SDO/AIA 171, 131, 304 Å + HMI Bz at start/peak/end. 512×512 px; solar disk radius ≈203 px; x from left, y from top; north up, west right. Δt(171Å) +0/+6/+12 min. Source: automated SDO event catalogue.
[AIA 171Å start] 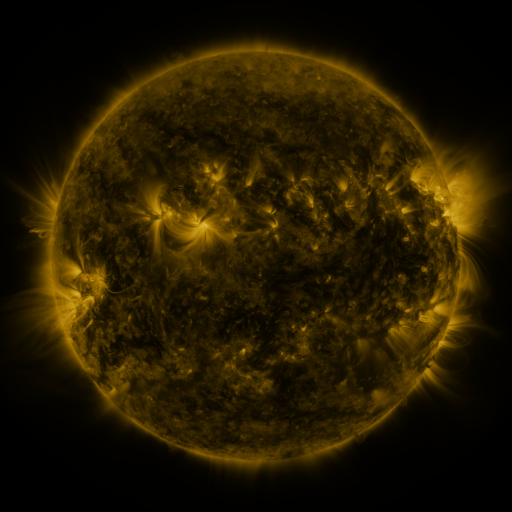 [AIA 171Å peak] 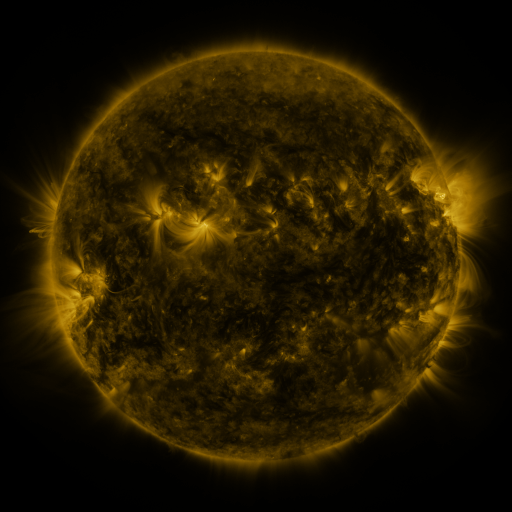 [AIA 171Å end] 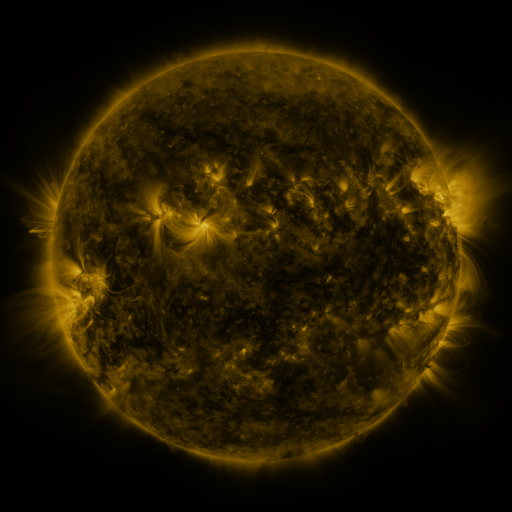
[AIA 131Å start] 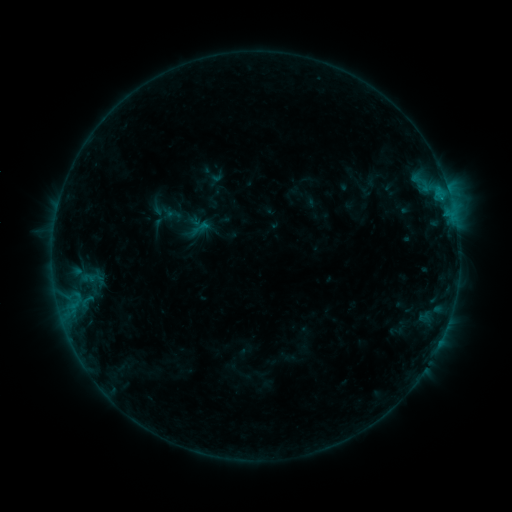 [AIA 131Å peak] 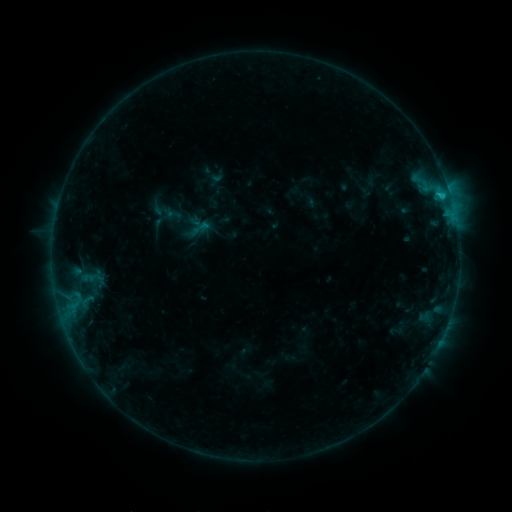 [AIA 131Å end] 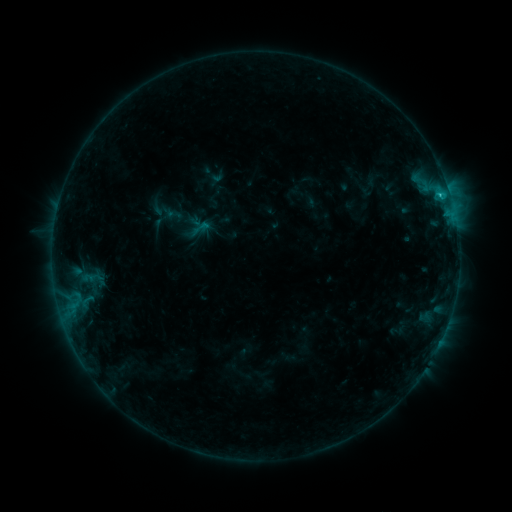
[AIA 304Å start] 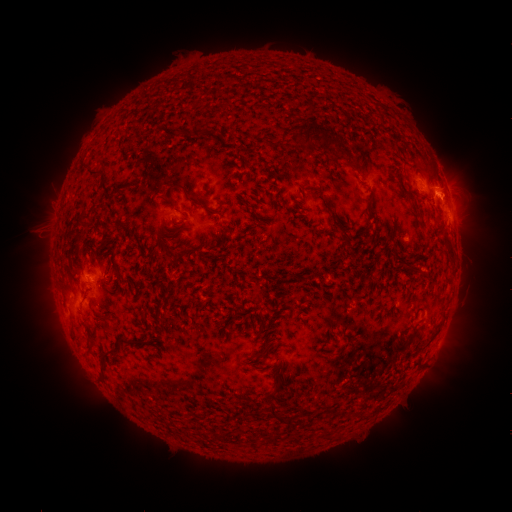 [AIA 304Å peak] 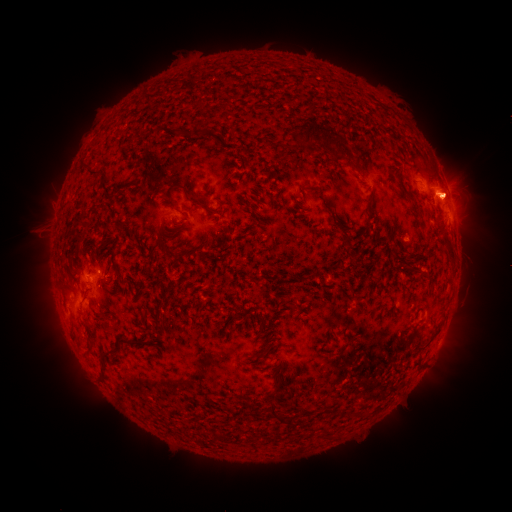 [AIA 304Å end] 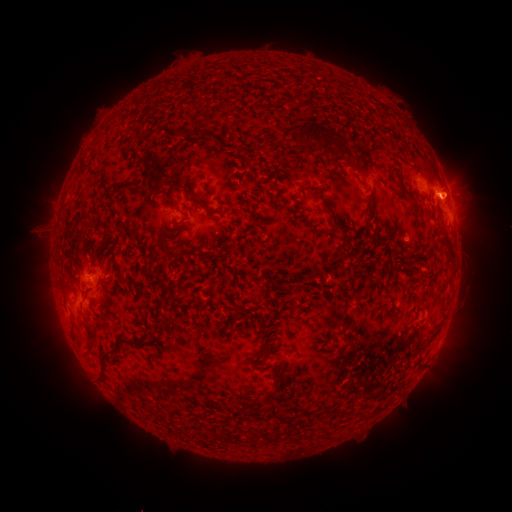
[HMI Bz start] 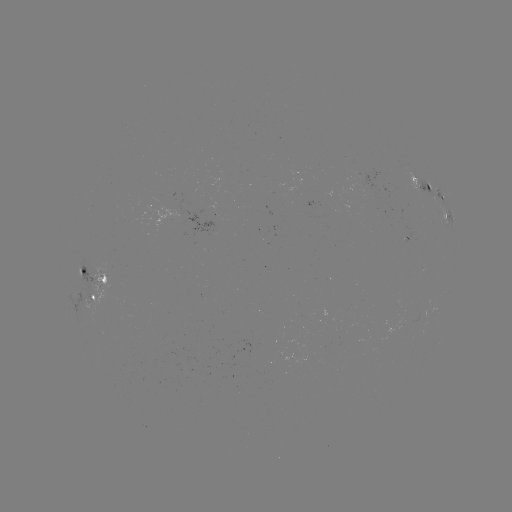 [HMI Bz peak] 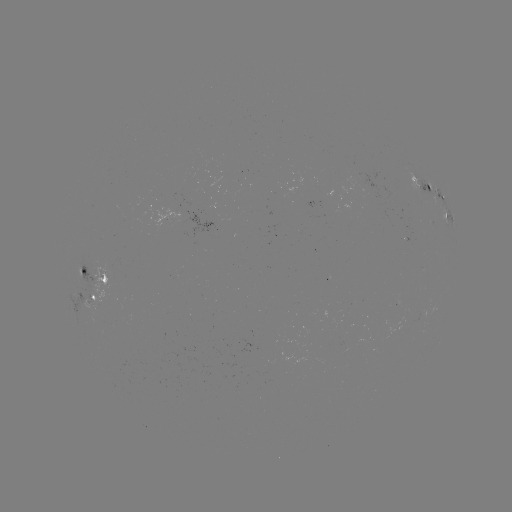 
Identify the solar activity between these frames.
C1.0 flare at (440, 198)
